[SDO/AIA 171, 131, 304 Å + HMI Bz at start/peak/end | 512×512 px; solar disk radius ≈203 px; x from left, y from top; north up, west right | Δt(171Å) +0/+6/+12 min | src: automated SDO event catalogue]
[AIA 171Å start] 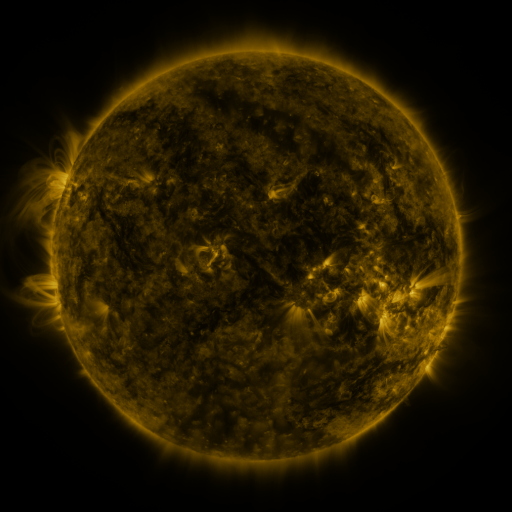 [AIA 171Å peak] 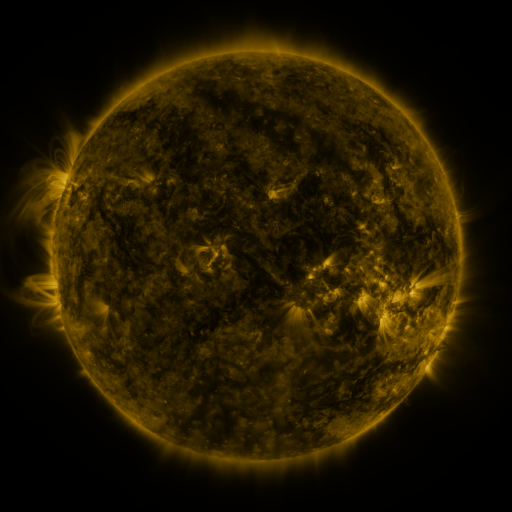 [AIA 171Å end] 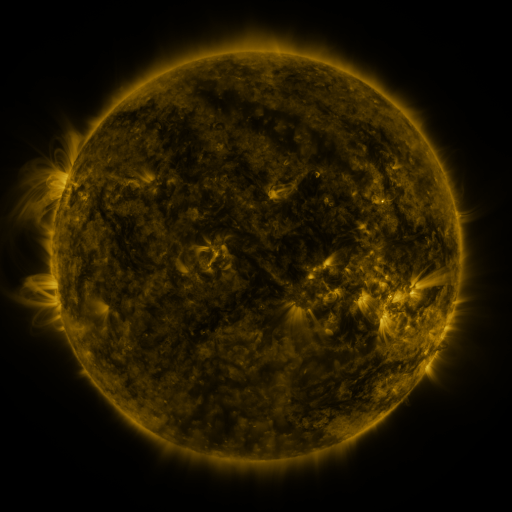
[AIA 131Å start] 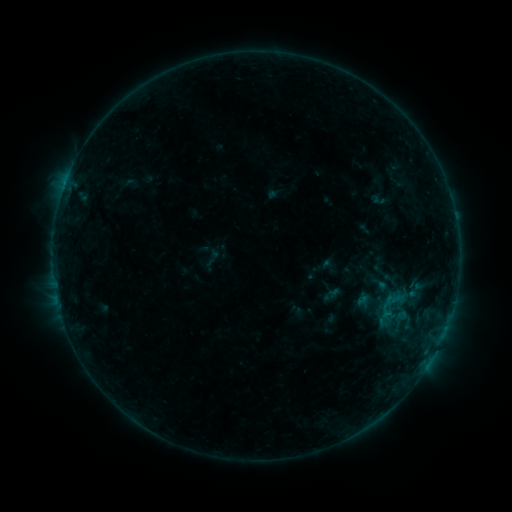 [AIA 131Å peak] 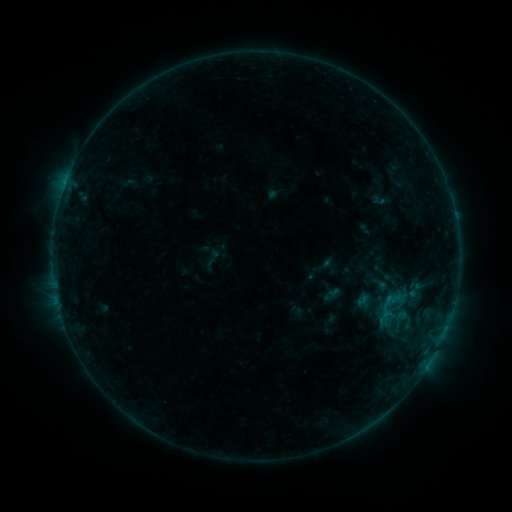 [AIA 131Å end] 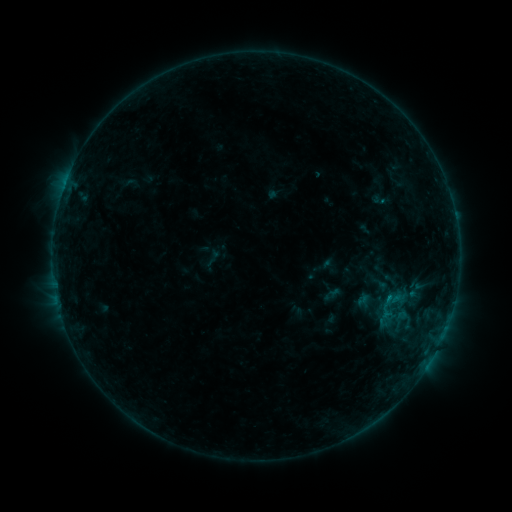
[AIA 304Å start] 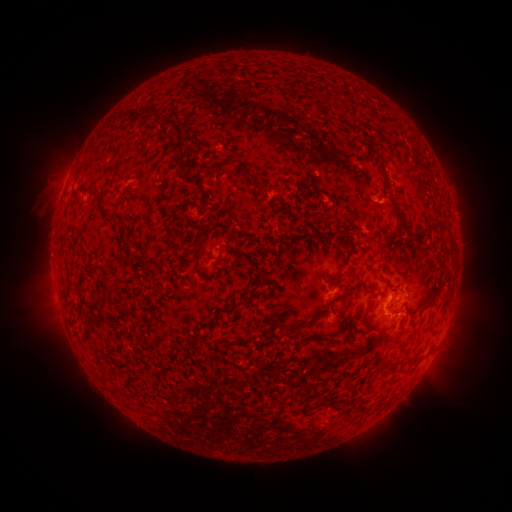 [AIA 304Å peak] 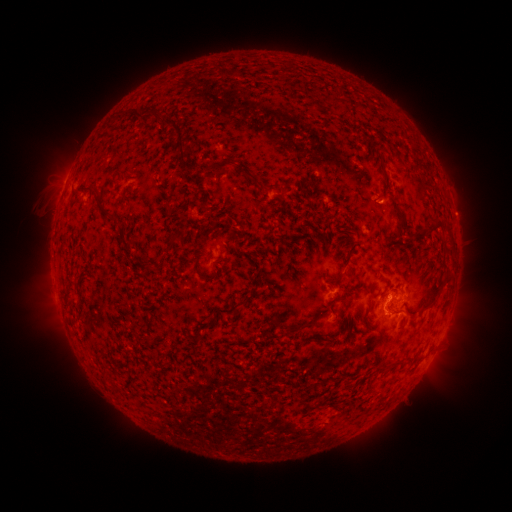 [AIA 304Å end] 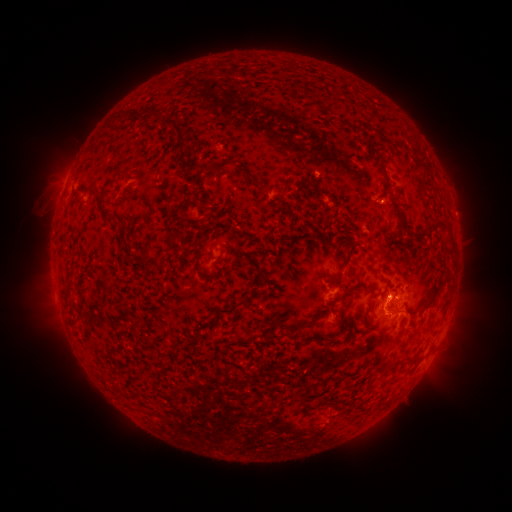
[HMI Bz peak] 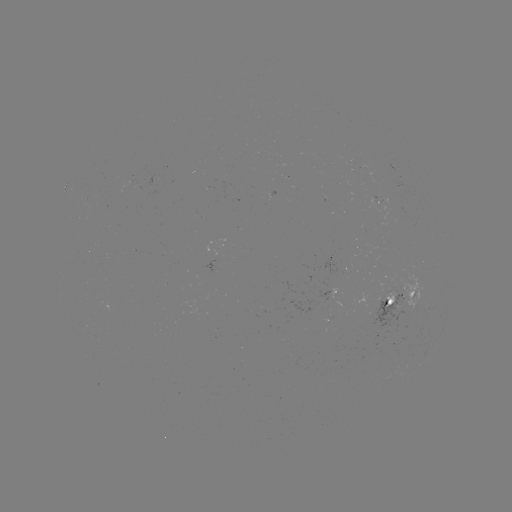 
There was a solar flare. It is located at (386, 297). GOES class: B6.2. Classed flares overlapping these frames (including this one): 1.